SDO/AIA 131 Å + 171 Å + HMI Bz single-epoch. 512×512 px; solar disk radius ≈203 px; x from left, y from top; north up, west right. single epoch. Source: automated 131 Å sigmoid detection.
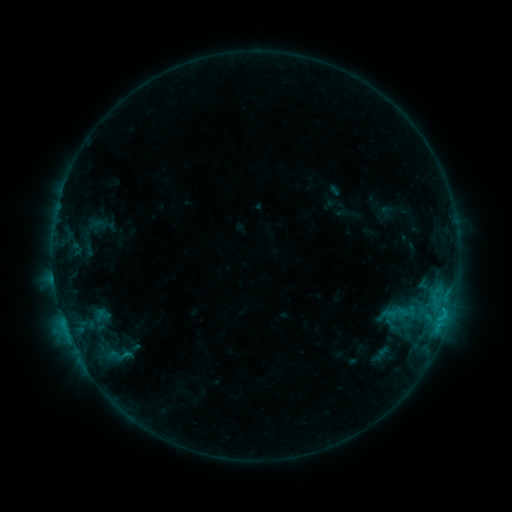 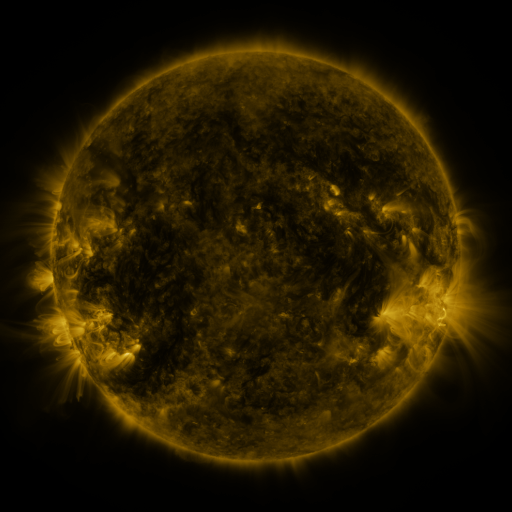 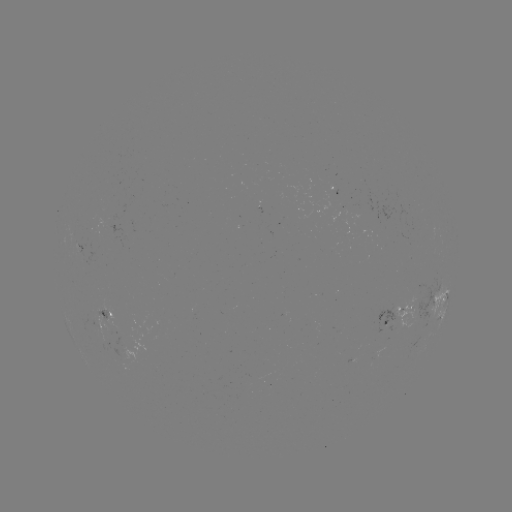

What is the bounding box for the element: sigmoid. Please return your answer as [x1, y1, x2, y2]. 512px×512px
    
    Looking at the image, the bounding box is [383, 300, 409, 326].